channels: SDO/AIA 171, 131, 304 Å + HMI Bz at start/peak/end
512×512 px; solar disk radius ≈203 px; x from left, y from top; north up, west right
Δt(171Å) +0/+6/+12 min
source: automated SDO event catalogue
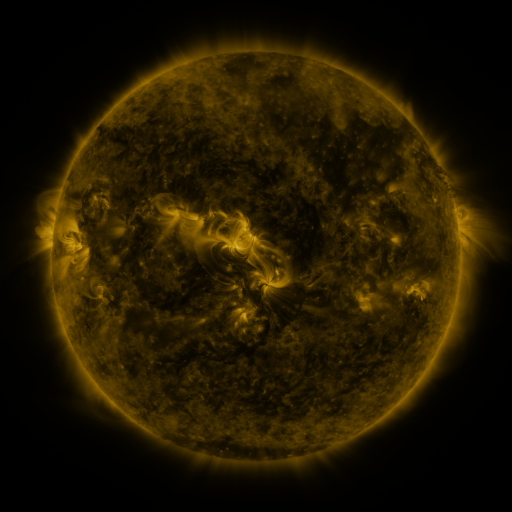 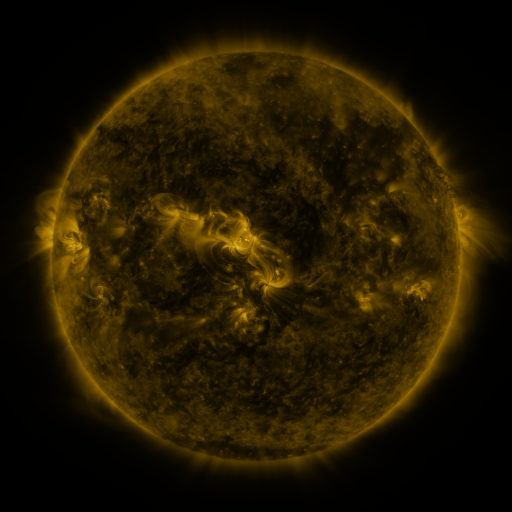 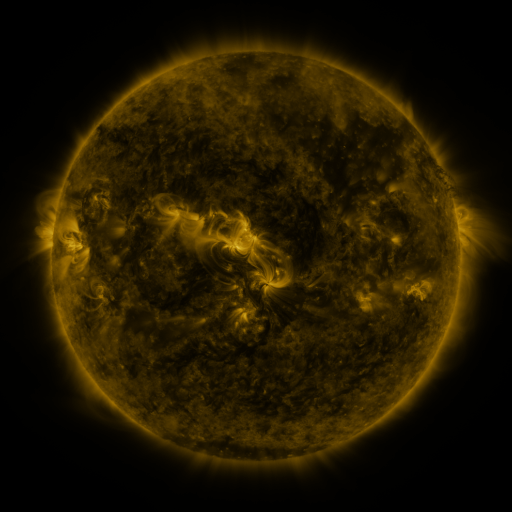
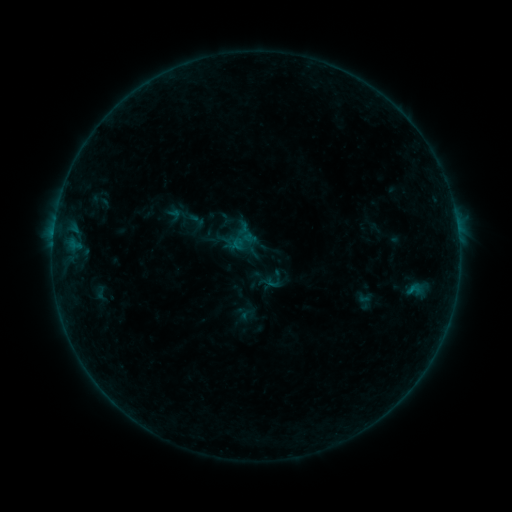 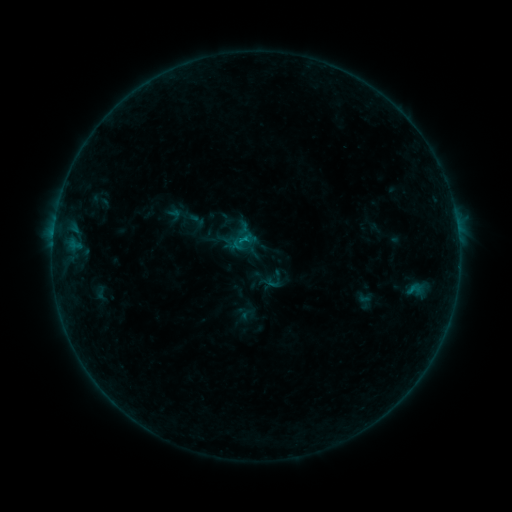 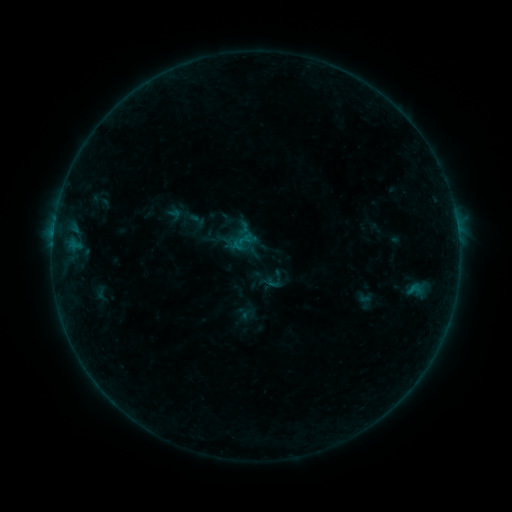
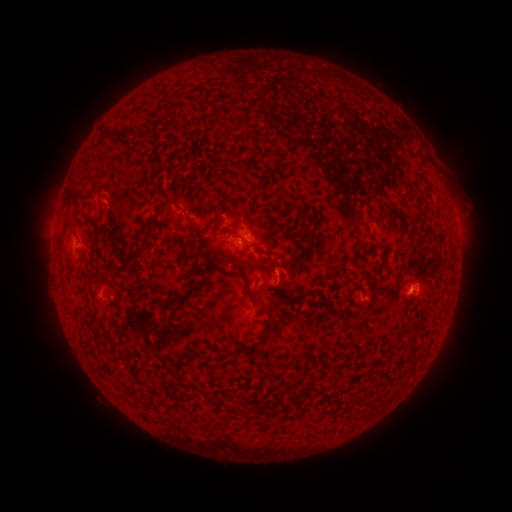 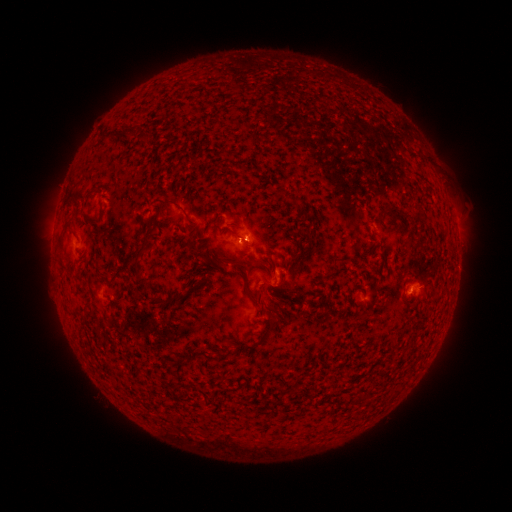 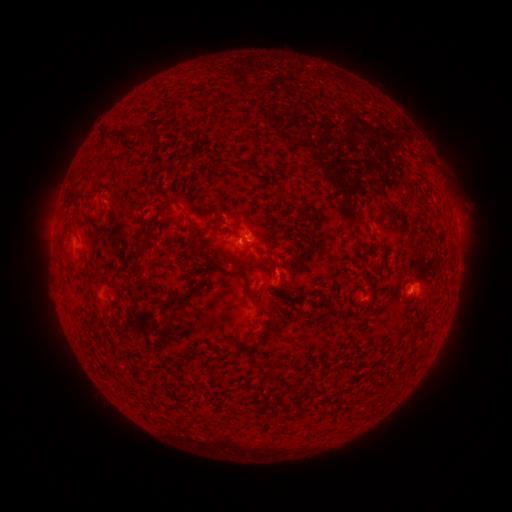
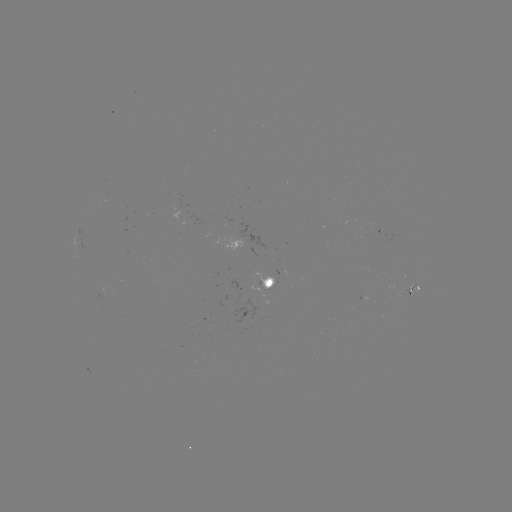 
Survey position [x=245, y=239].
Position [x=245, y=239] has B2.9 flare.